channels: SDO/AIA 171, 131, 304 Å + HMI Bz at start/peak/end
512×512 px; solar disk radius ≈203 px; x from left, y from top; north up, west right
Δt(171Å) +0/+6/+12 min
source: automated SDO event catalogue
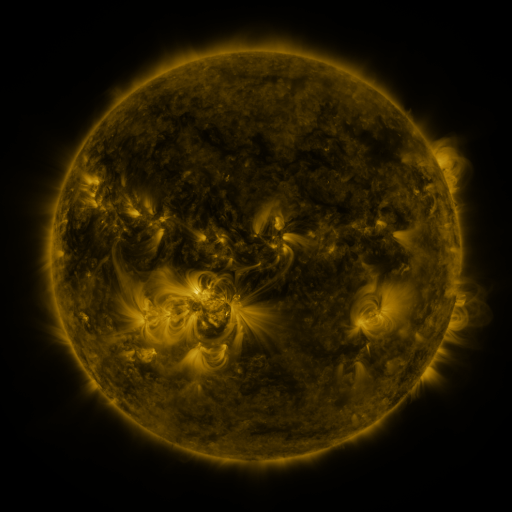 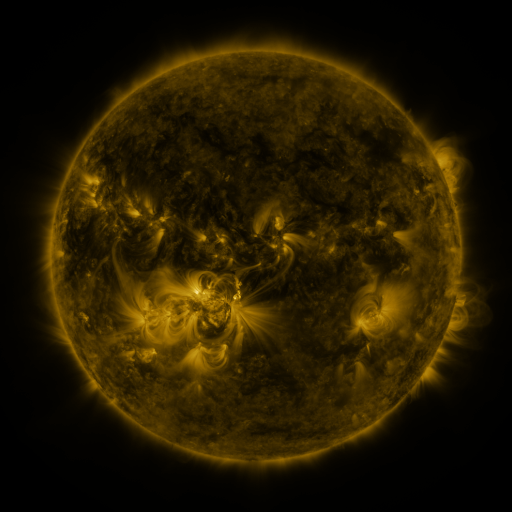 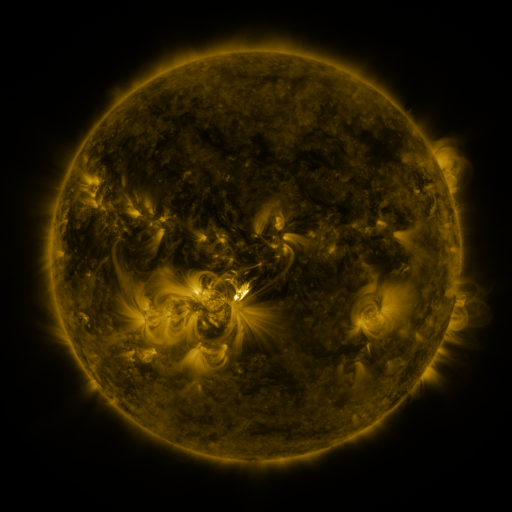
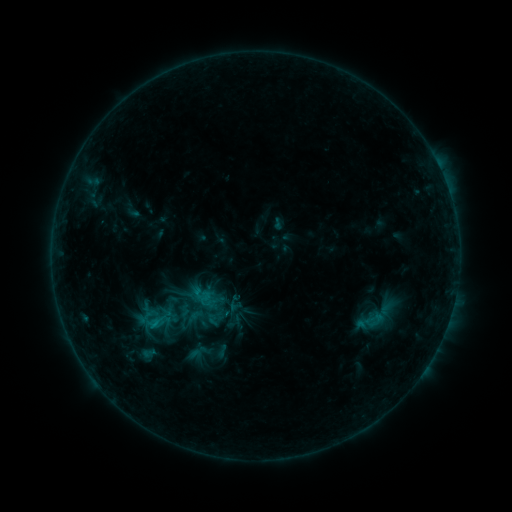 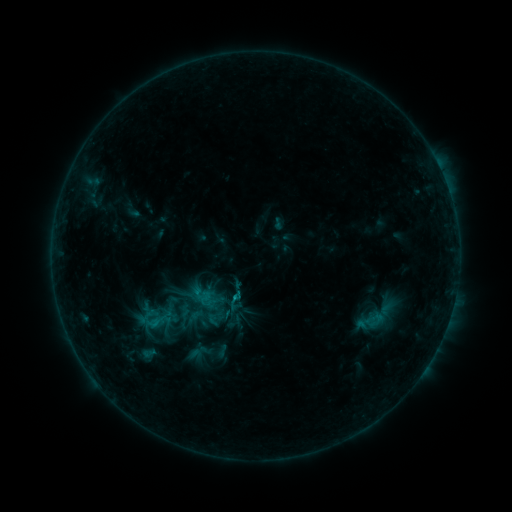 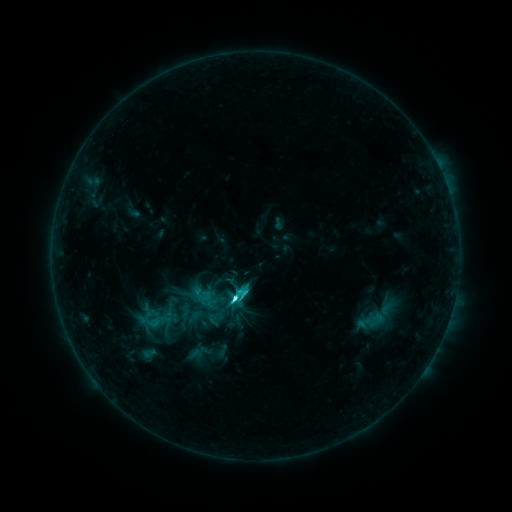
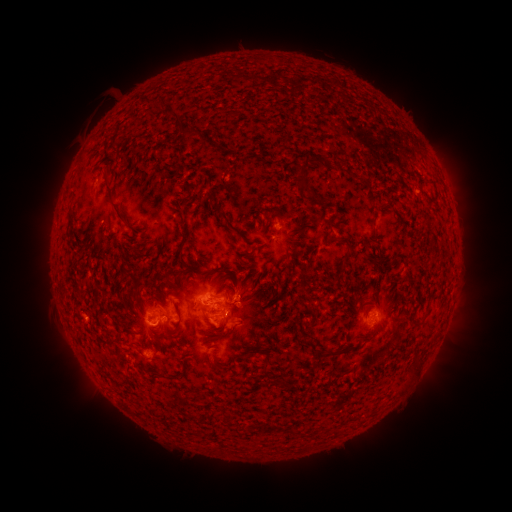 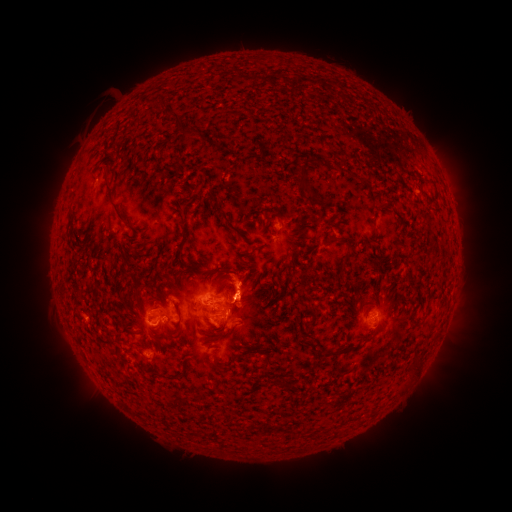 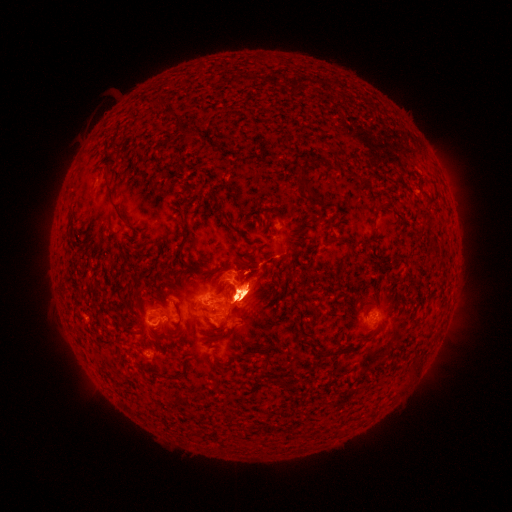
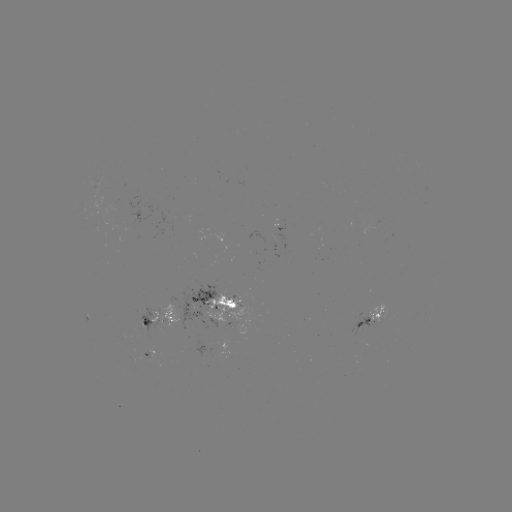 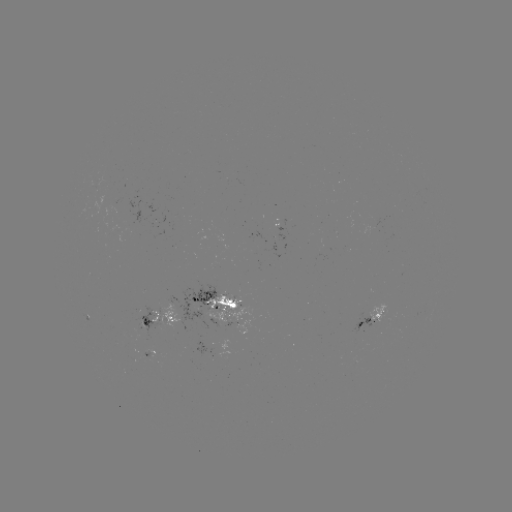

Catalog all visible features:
eruption: (245, 283)
